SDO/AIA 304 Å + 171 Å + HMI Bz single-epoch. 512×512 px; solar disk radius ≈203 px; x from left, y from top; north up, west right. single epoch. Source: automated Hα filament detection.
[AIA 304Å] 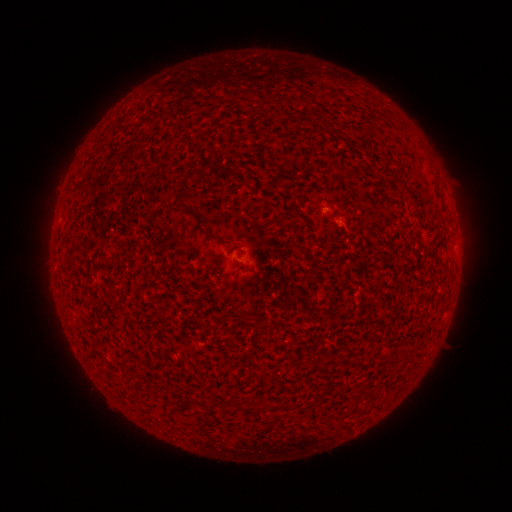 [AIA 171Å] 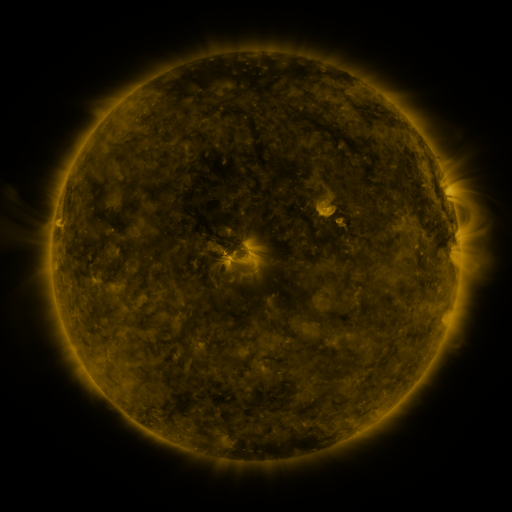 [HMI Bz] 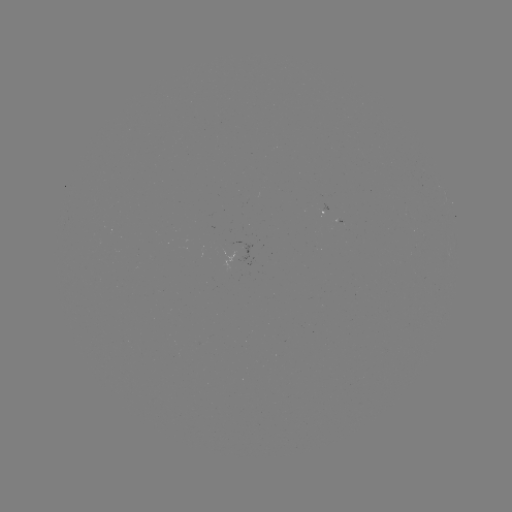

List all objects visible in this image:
filament: (186, 180)
filament: (412, 196)
filament: (440, 196)
filament: (199, 224)
filament: (241, 406)
